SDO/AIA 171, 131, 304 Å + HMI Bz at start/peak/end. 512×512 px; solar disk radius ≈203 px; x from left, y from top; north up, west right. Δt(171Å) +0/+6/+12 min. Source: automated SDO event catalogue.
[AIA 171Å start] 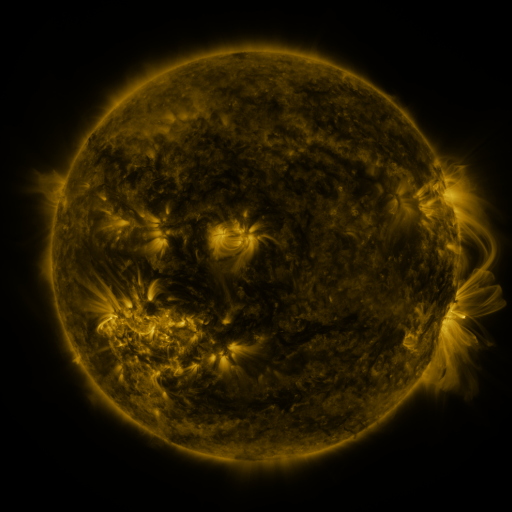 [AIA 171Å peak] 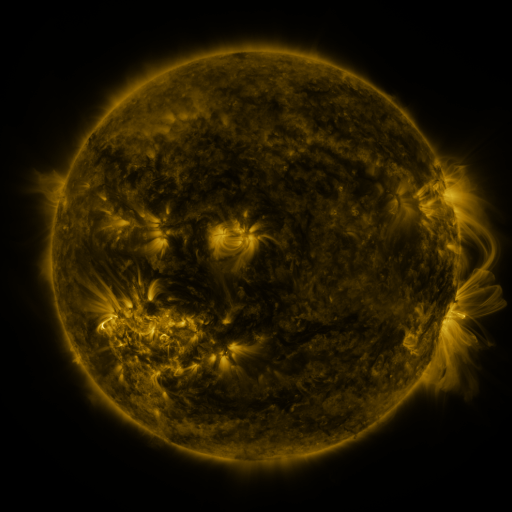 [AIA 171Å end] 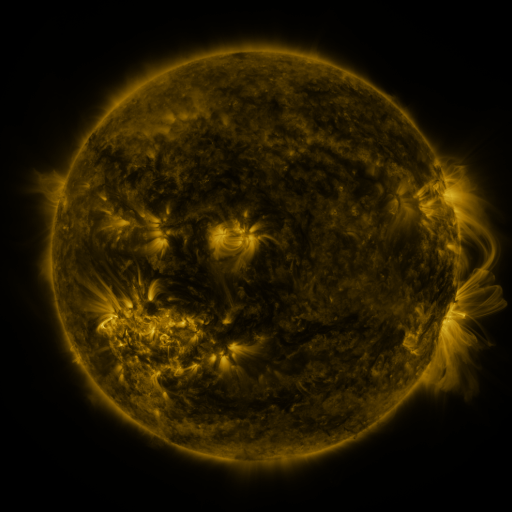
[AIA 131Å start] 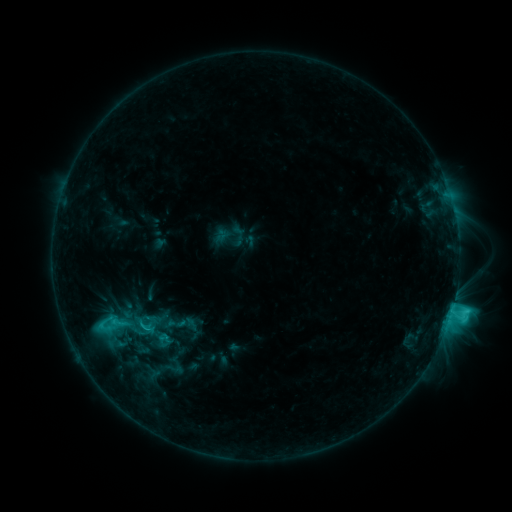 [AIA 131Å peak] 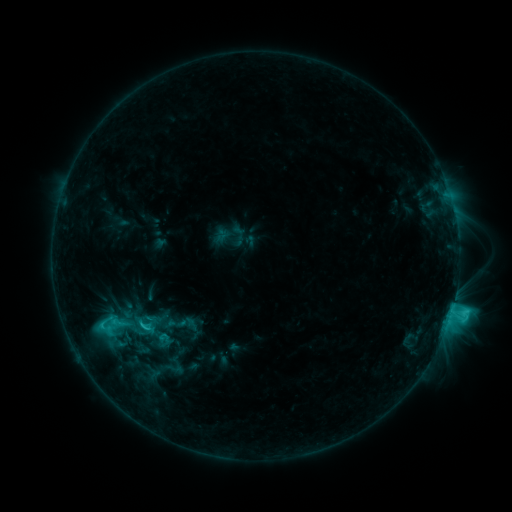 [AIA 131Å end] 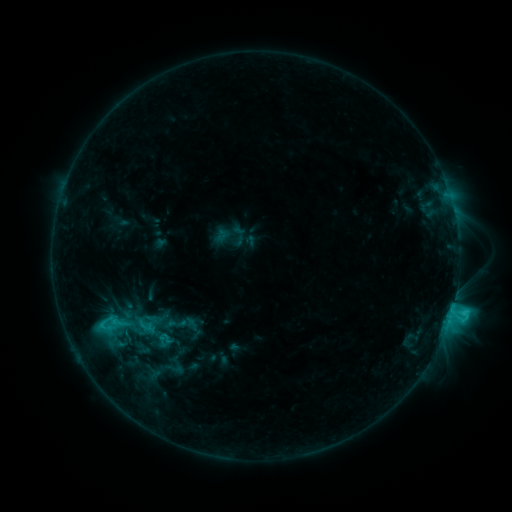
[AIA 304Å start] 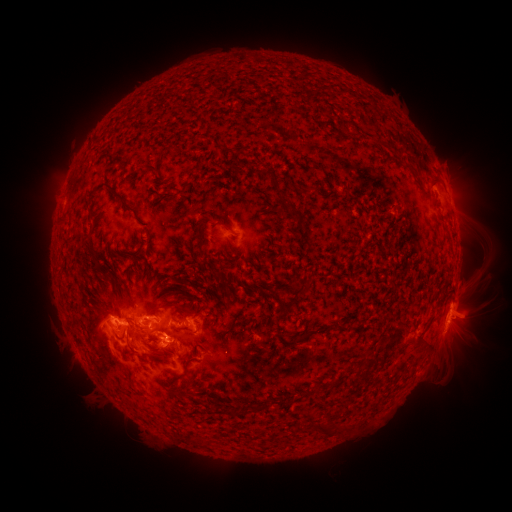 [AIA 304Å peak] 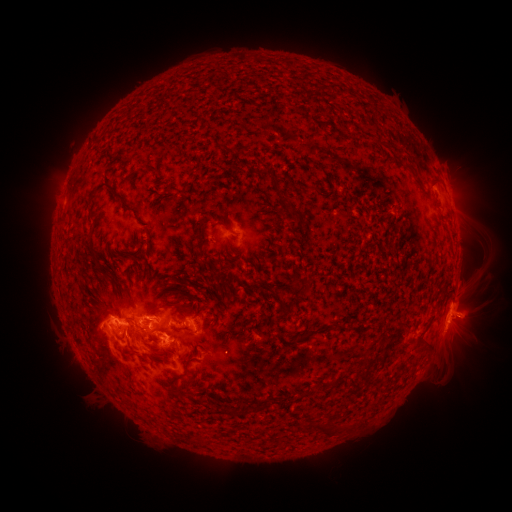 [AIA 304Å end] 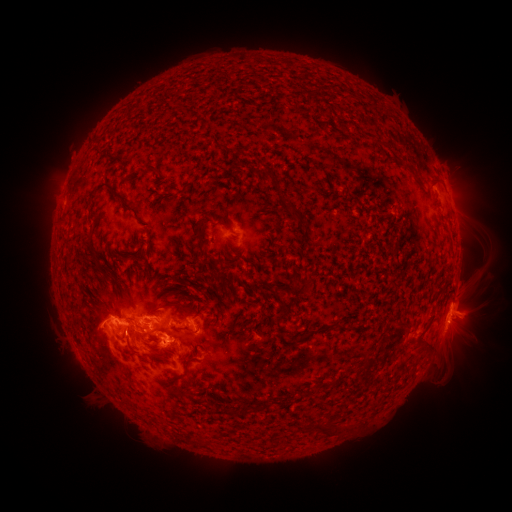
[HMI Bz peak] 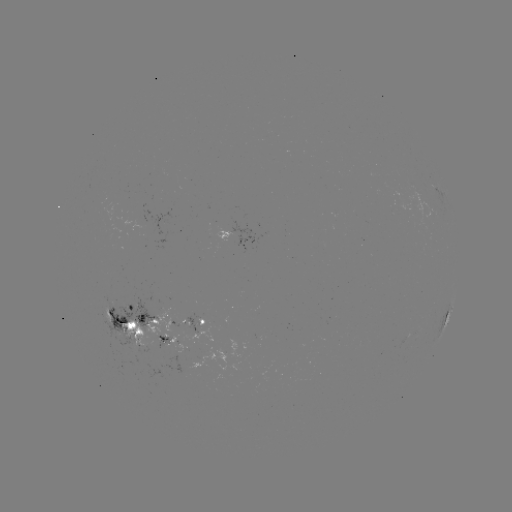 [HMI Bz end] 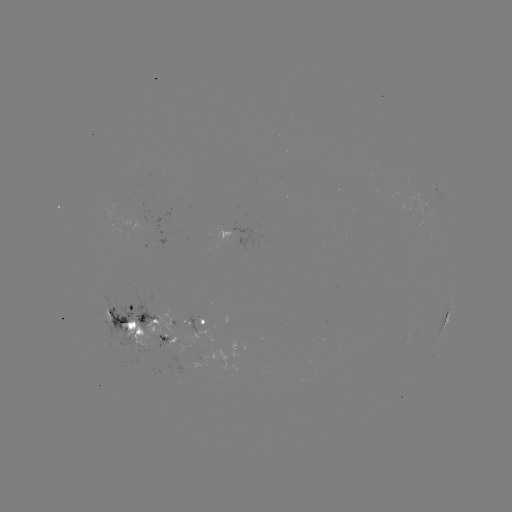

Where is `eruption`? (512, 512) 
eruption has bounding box [449, 296, 498, 343].